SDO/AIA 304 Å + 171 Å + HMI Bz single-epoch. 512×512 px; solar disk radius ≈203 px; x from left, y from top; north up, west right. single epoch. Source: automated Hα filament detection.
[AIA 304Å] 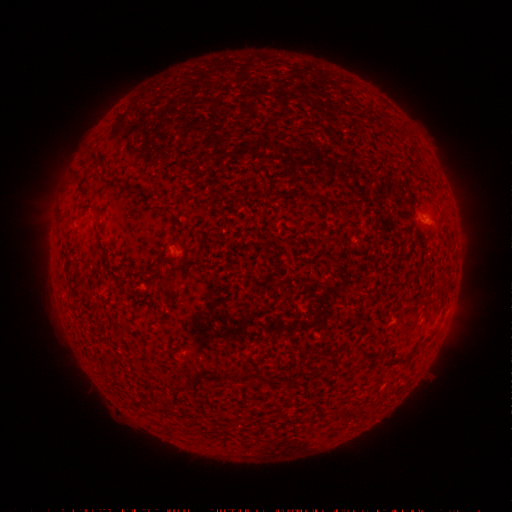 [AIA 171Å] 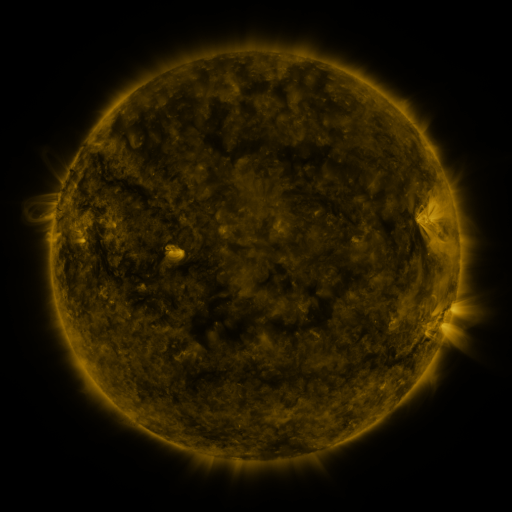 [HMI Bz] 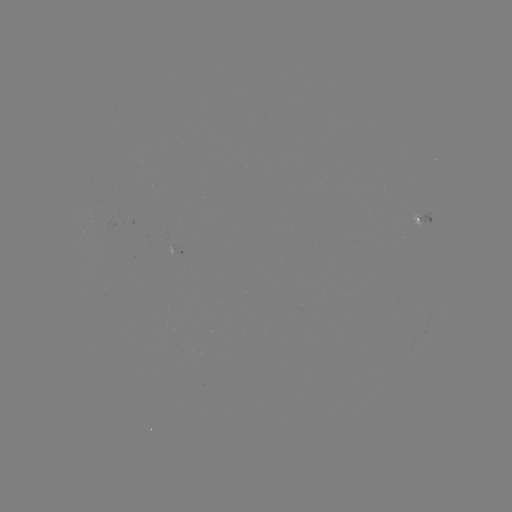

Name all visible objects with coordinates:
filament: (166, 282)
filament: (431, 337)
filament: (406, 360)
filament: (242, 373)
filament: (215, 375)
filament: (177, 386)
filament: (239, 434)
